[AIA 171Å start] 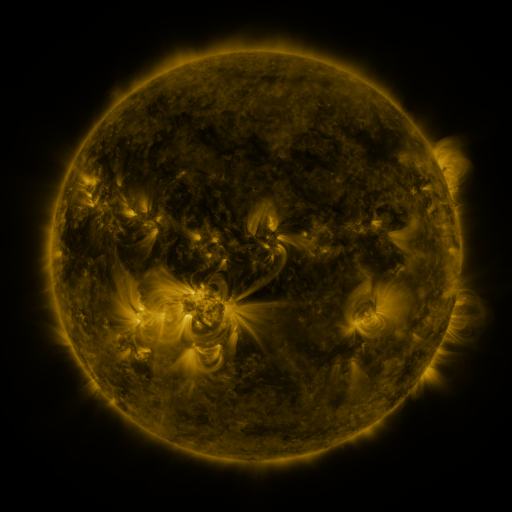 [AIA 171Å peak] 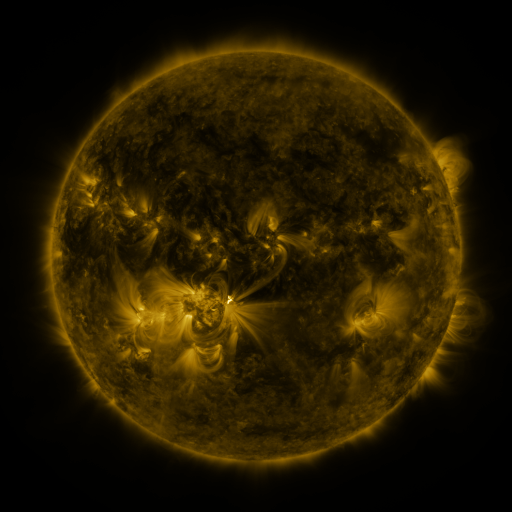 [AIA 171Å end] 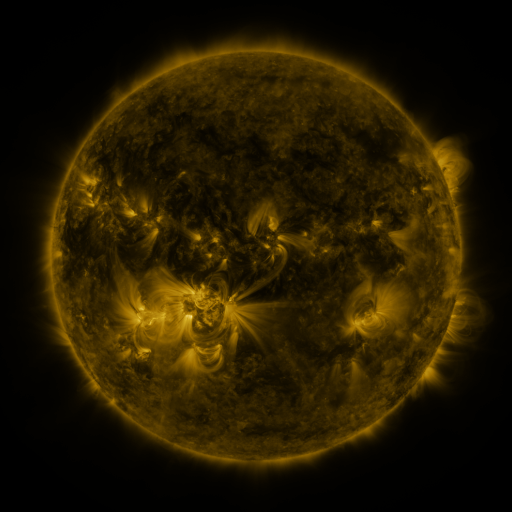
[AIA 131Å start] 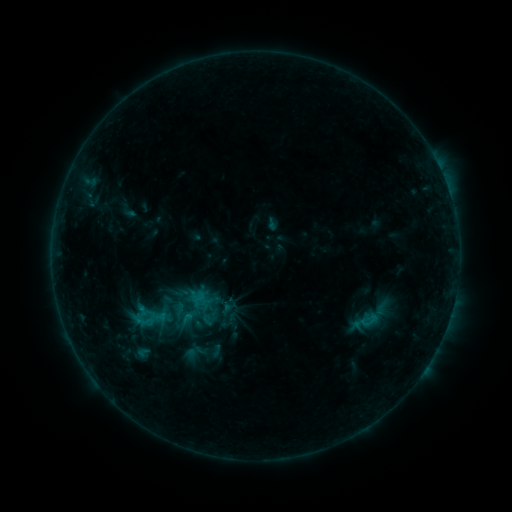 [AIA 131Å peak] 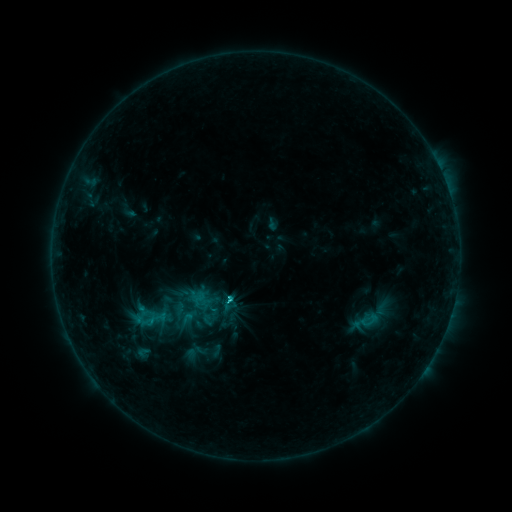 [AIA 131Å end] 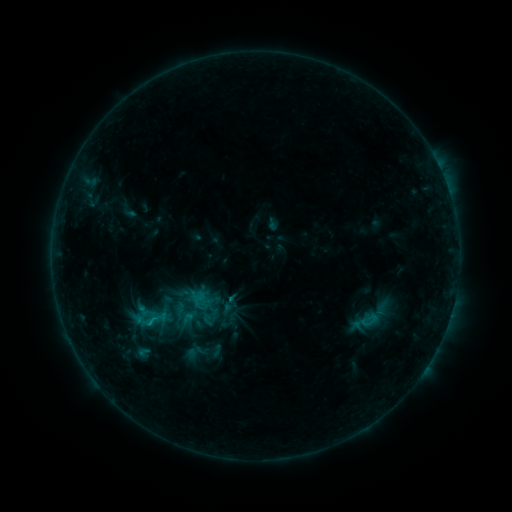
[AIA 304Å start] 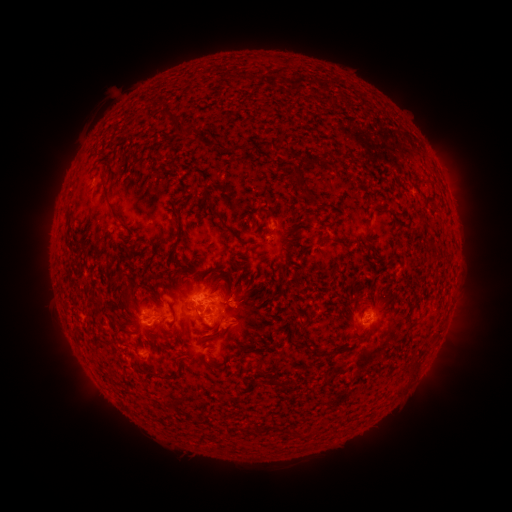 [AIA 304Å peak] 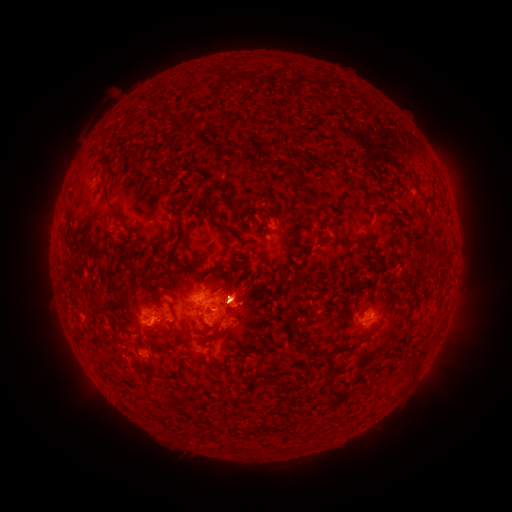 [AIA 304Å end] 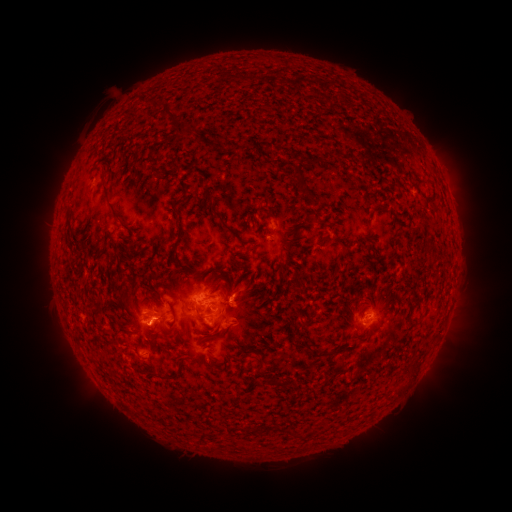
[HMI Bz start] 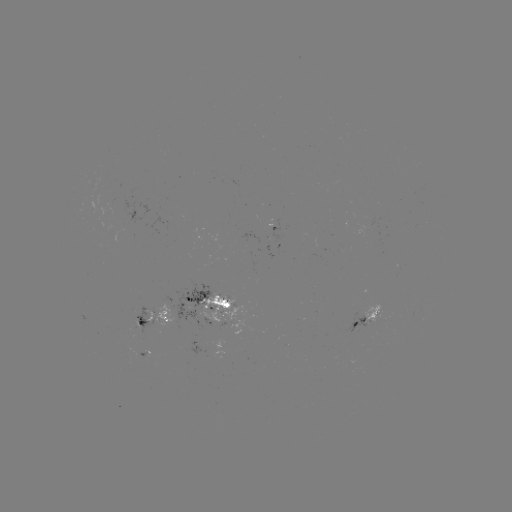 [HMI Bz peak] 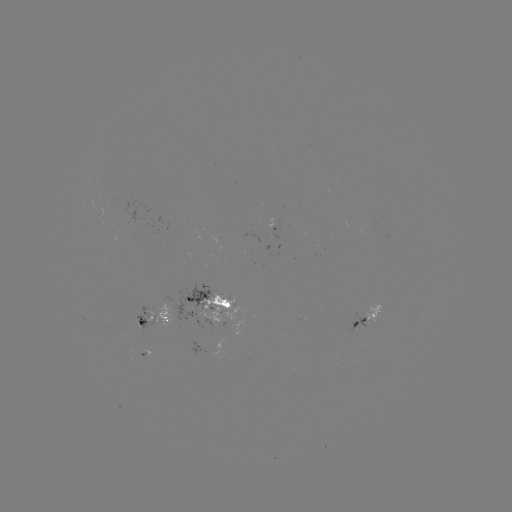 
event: flare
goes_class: C1.8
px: (231, 300)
